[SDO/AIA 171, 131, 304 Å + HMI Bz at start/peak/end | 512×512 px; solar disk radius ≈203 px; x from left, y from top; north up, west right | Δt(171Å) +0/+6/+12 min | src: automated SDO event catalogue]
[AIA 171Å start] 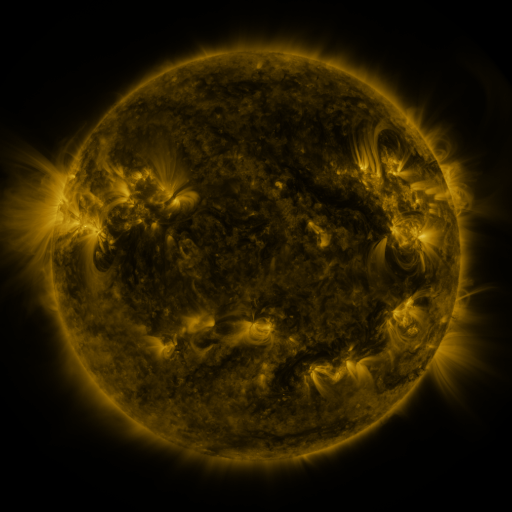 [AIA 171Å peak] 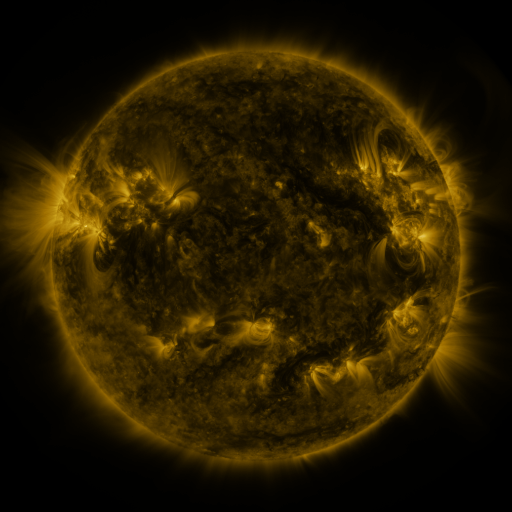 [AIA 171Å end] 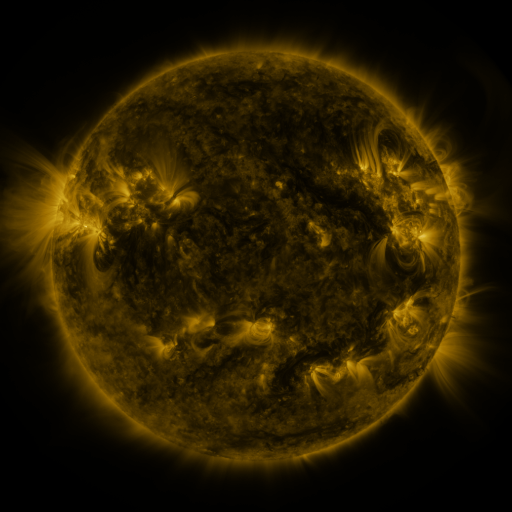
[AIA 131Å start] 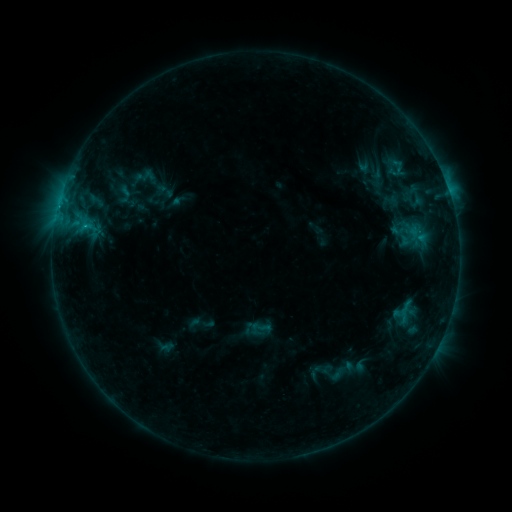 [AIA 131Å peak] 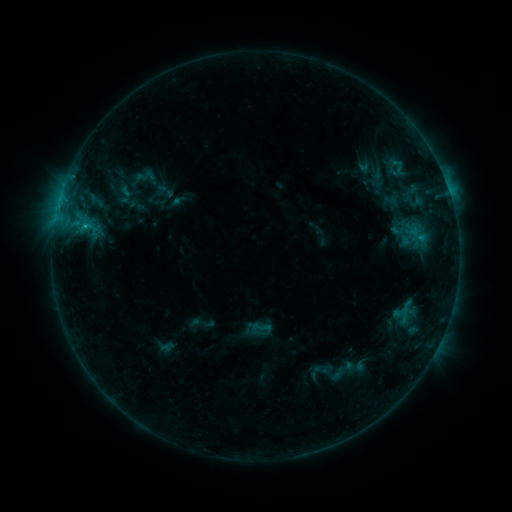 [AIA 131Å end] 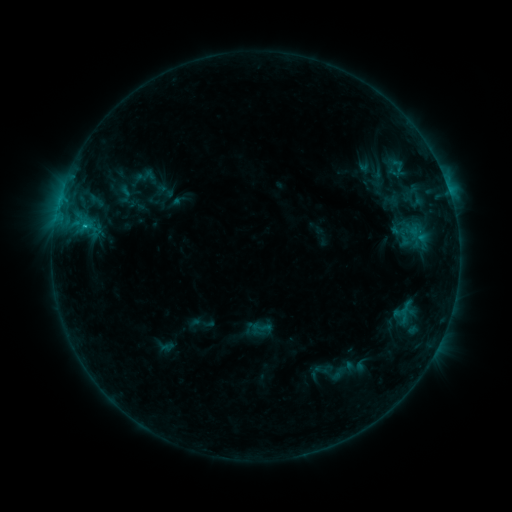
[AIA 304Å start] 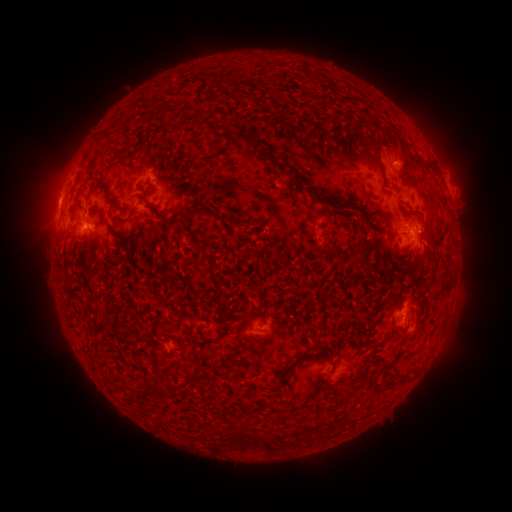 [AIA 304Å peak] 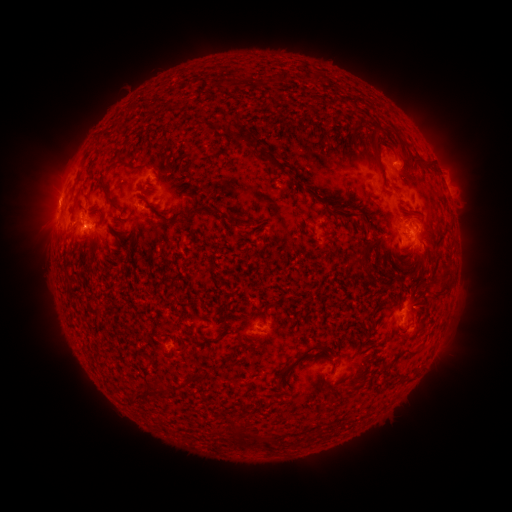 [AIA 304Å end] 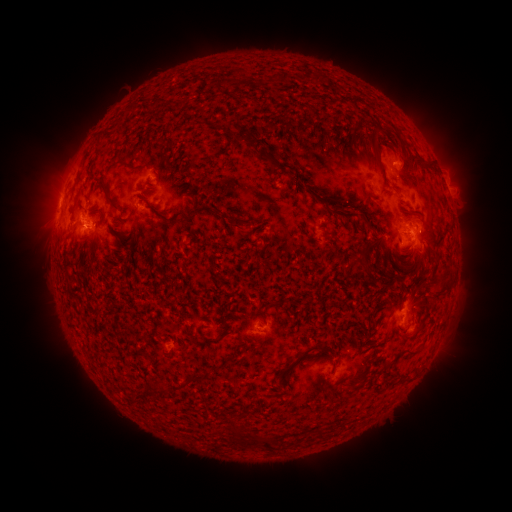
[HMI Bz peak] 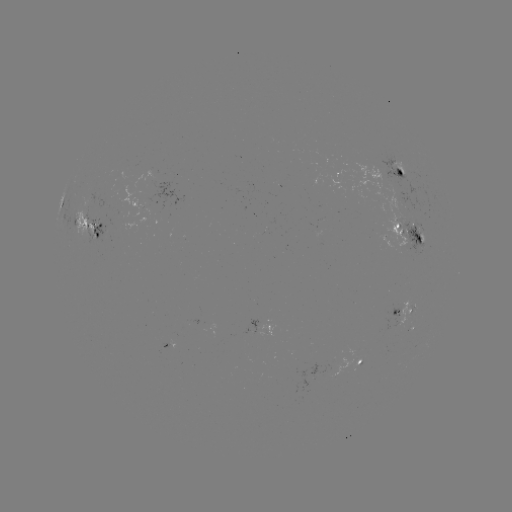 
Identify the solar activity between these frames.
C1.7 flare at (84, 227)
